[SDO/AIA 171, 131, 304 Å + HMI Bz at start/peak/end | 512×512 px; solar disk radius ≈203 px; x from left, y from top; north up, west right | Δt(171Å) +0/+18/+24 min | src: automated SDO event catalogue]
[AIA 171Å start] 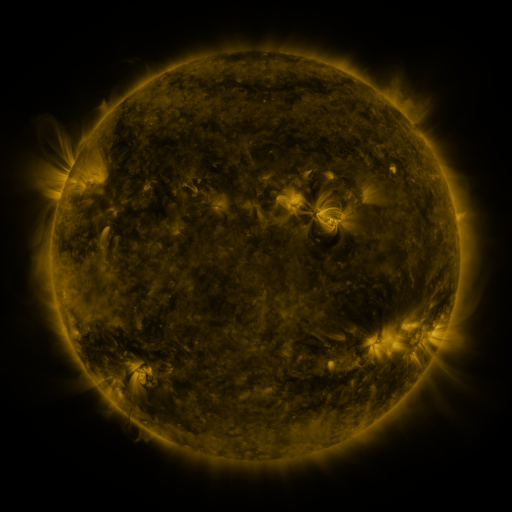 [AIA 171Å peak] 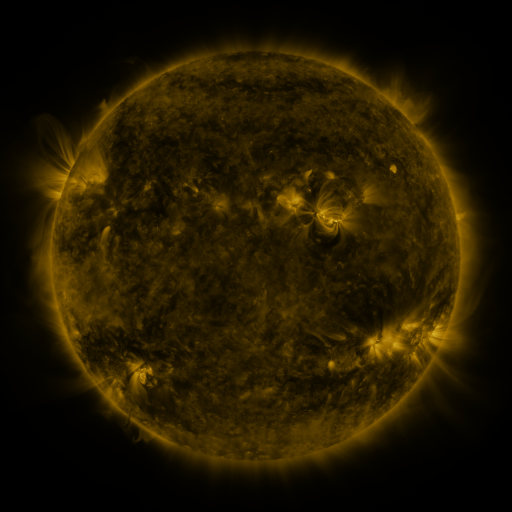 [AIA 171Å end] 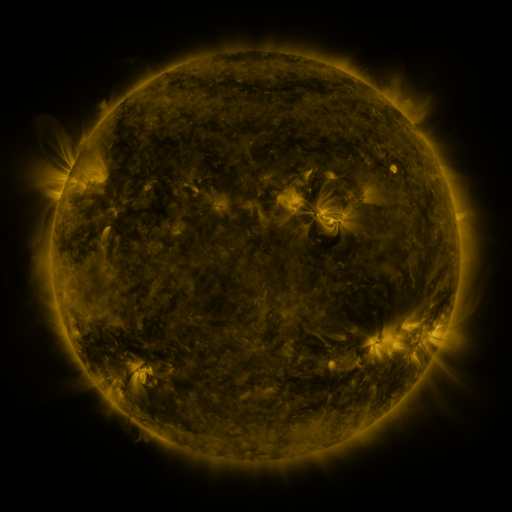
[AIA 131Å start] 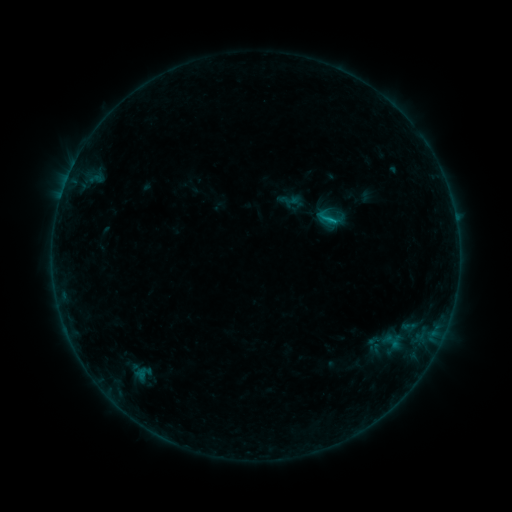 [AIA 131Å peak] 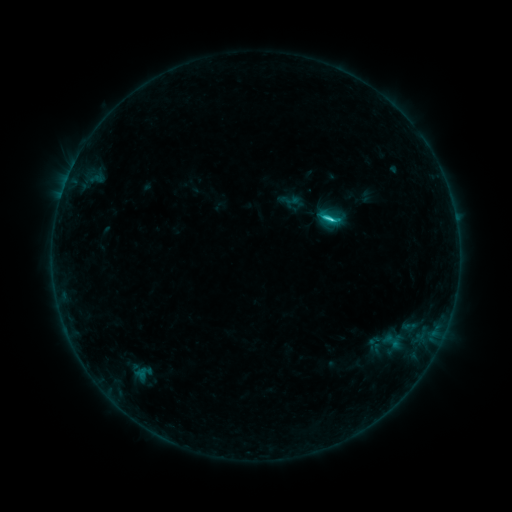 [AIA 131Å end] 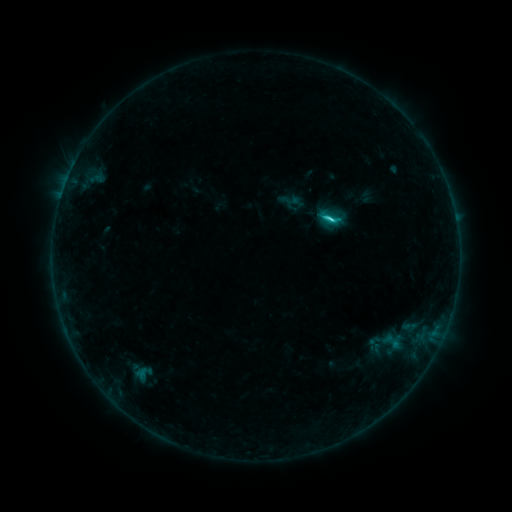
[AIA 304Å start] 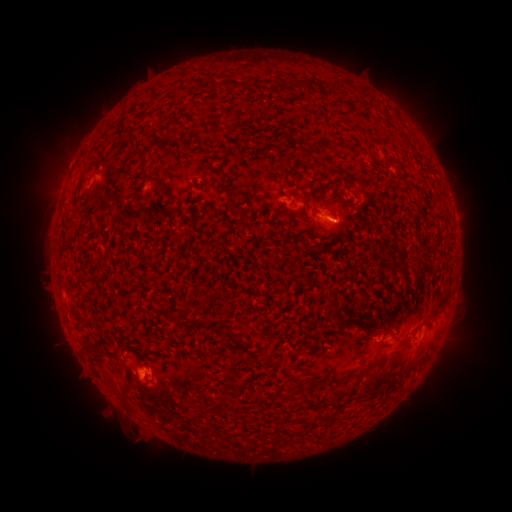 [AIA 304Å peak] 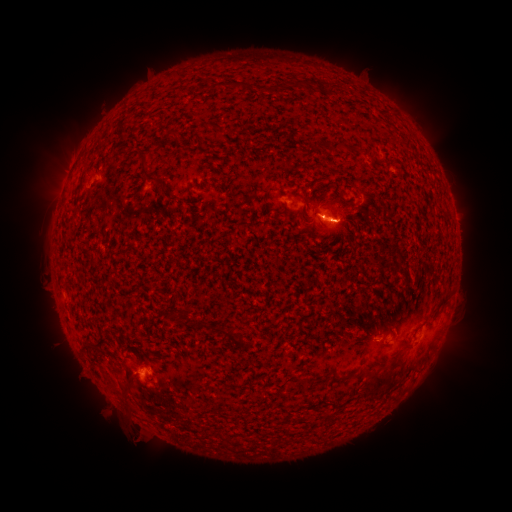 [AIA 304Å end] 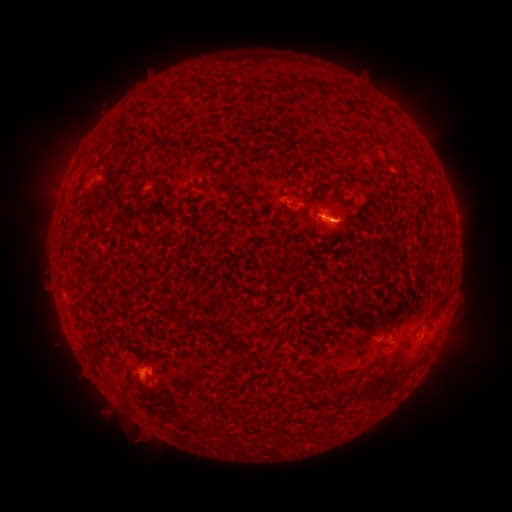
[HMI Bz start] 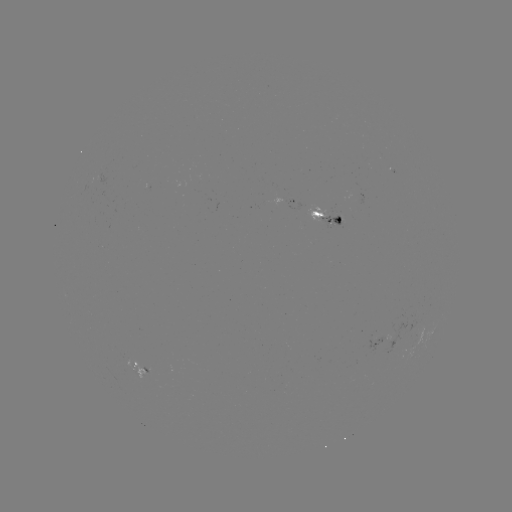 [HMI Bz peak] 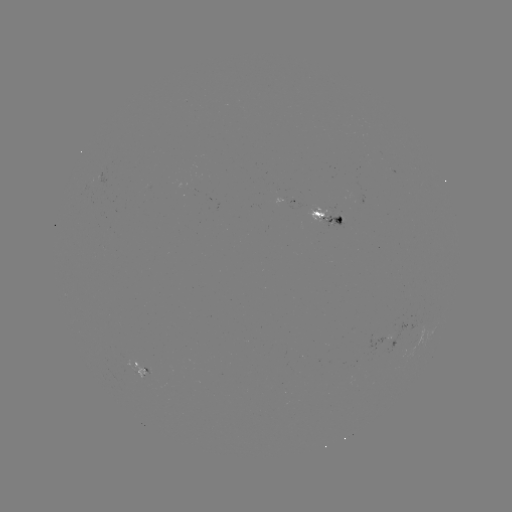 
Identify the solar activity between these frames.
C2.3 flare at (327, 222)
